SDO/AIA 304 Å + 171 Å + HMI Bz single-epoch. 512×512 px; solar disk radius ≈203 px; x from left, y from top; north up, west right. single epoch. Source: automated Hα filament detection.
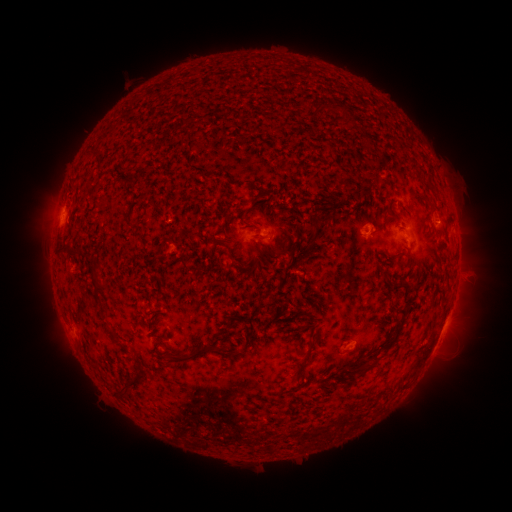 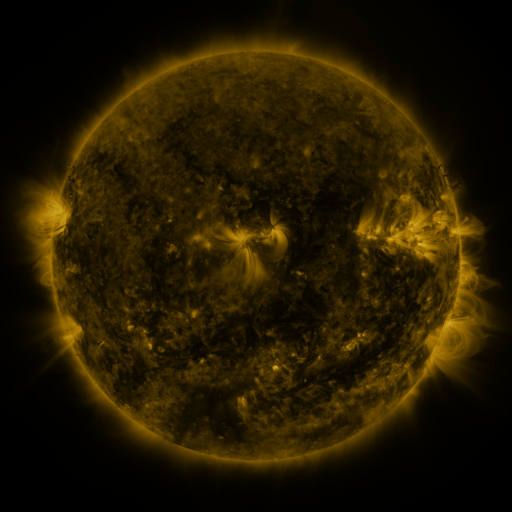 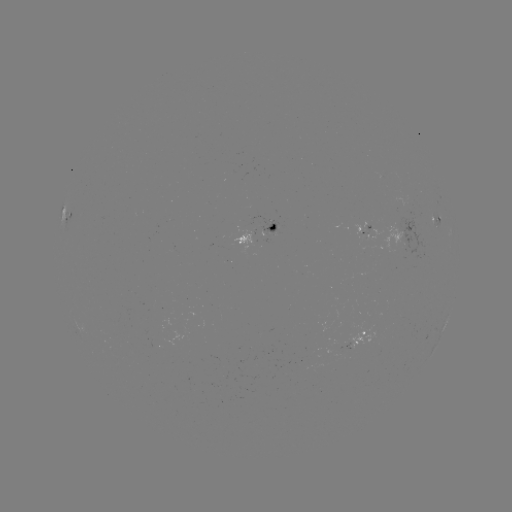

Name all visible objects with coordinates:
filament: (337, 106)
filament: (317, 108)
filament: (349, 118)
filament: (123, 181)
filament: (417, 194)
filament: (251, 205)
filament: (271, 219)
filament: (258, 229)
filament: (316, 229)
filament: (282, 249)
filament: (67, 253)
filament: (233, 256)
filament: (228, 265)
filament: (97, 269)
filament: (390, 283)
filament: (99, 301)
filament: (402, 323)
filament: (117, 337)
filament: (314, 341)
filament: (198, 354)
filament: (301, 367)
filament: (369, 367)
filament: (354, 368)
filament: (140, 379)
filament: (122, 394)
